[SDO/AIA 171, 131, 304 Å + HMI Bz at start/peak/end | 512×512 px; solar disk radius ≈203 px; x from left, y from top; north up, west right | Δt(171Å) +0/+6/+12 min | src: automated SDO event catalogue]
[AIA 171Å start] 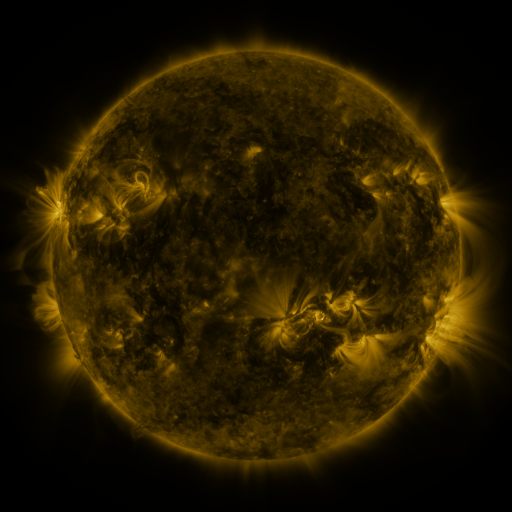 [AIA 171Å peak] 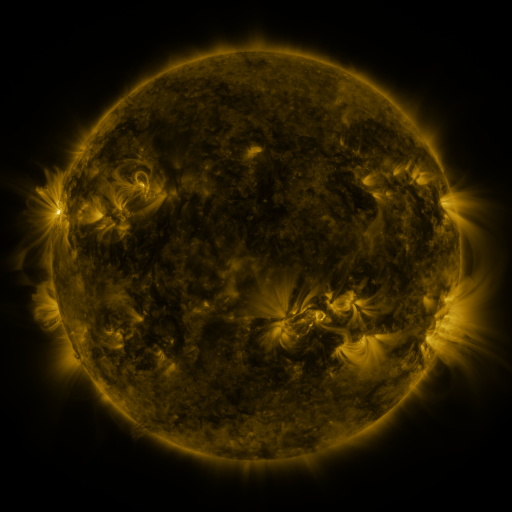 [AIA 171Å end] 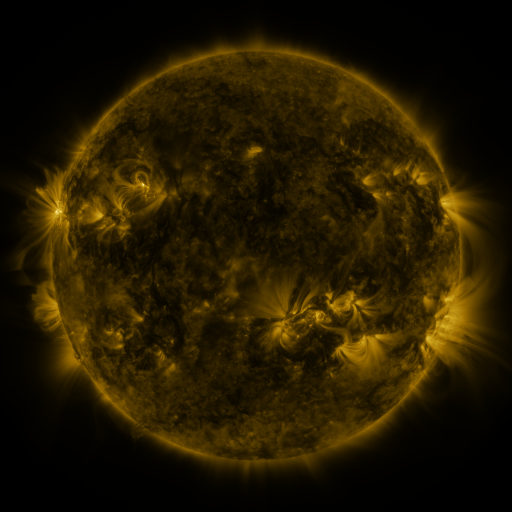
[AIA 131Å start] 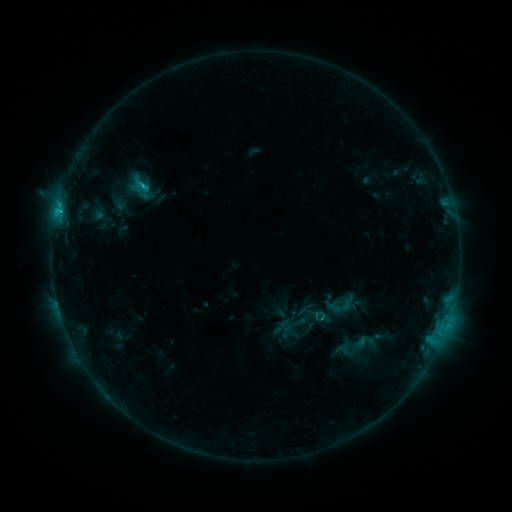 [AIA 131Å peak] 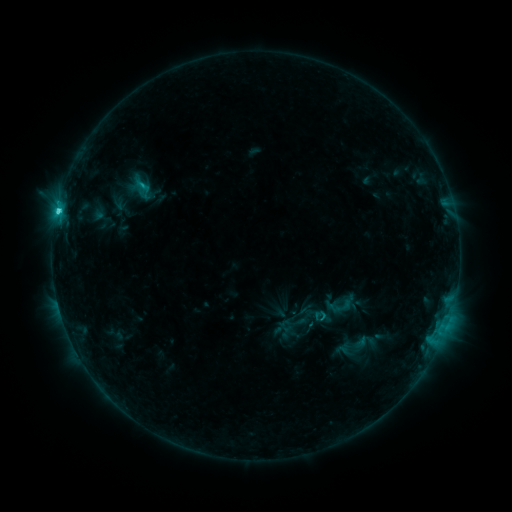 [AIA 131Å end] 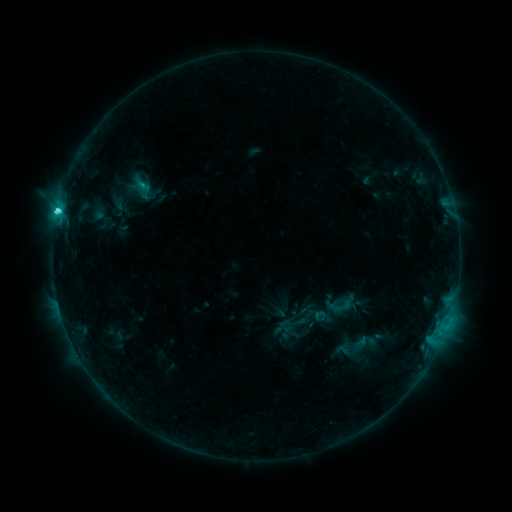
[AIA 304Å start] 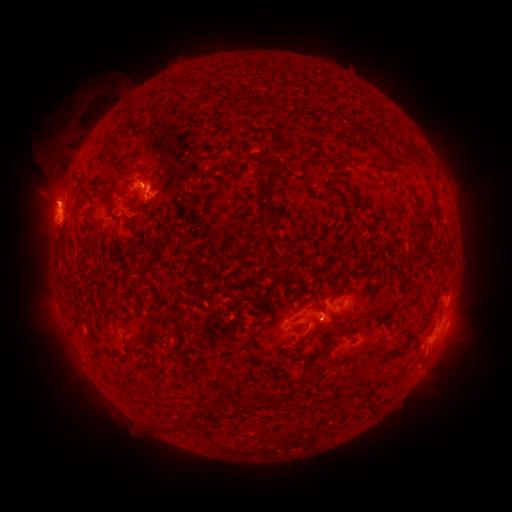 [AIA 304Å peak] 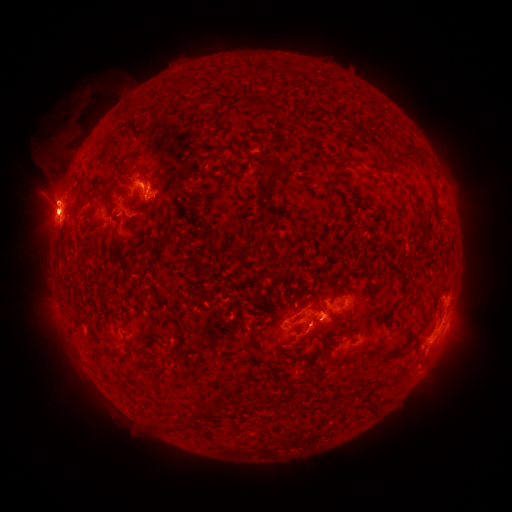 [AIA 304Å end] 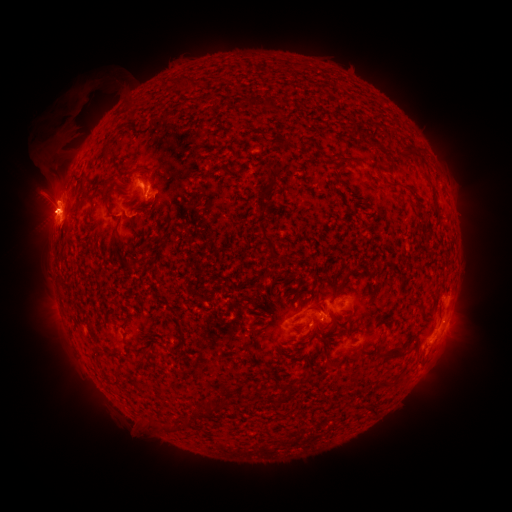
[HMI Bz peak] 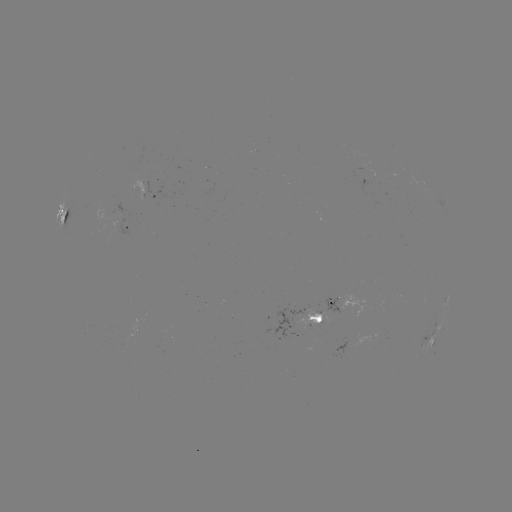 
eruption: [43, 92, 119, 150]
